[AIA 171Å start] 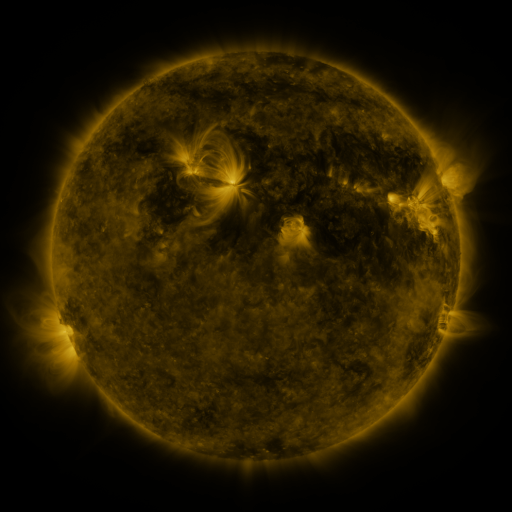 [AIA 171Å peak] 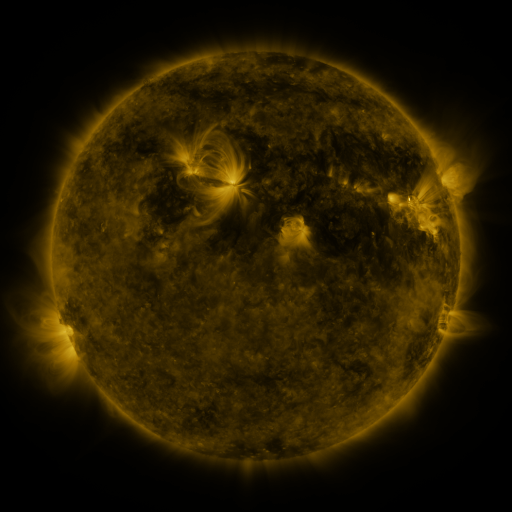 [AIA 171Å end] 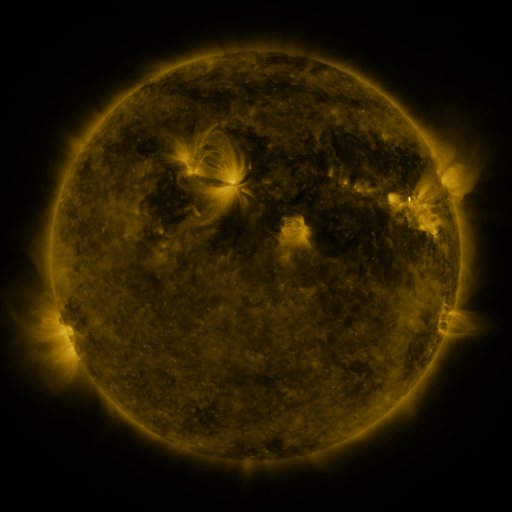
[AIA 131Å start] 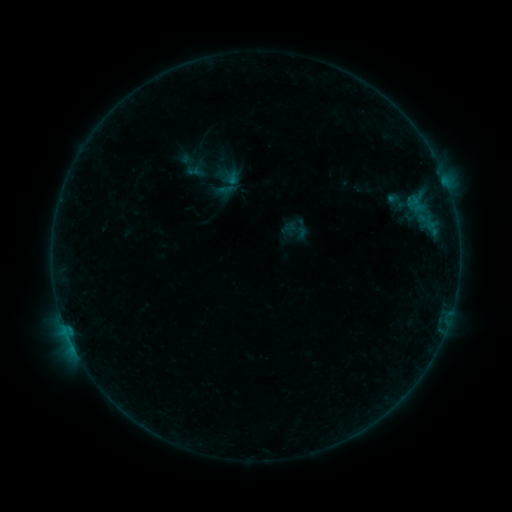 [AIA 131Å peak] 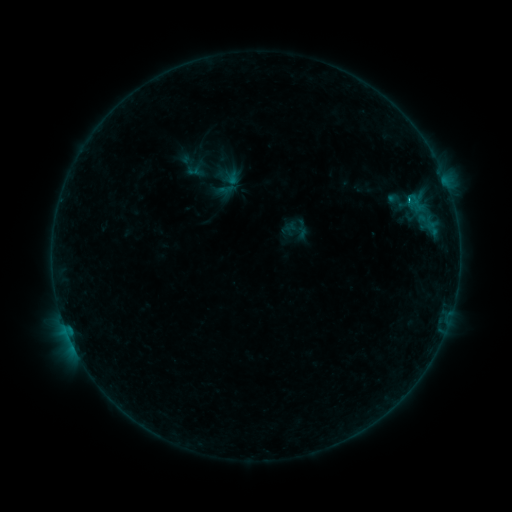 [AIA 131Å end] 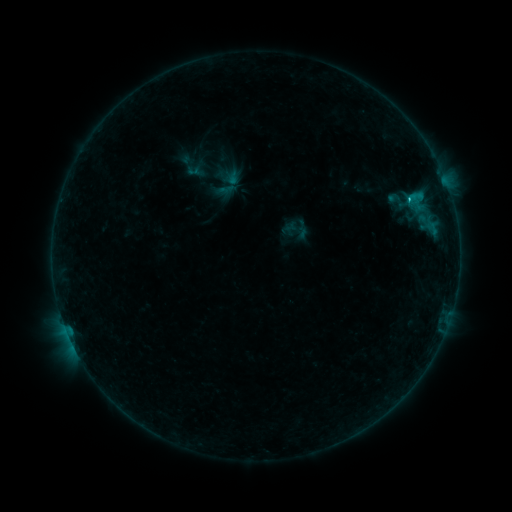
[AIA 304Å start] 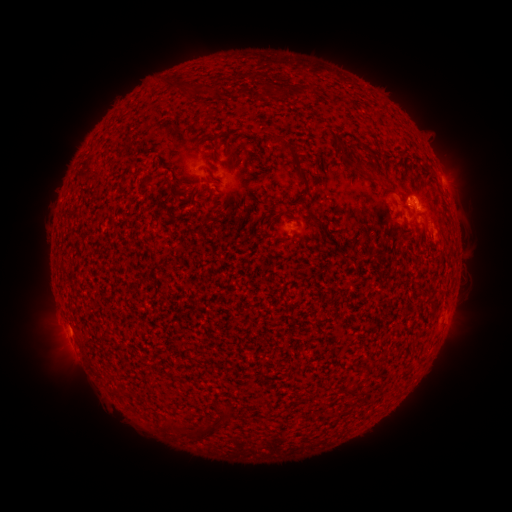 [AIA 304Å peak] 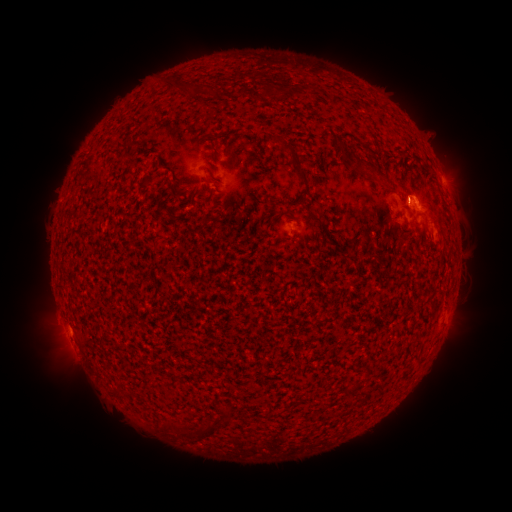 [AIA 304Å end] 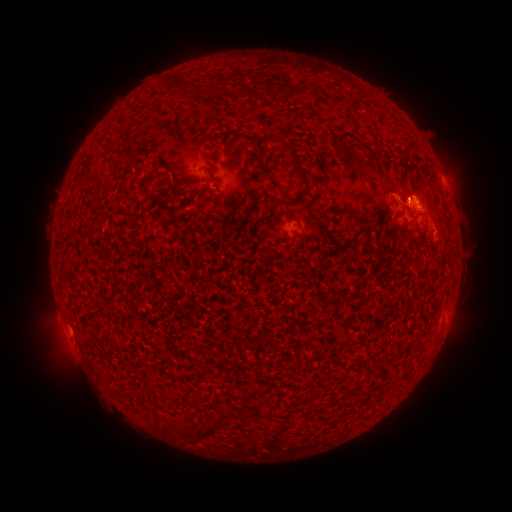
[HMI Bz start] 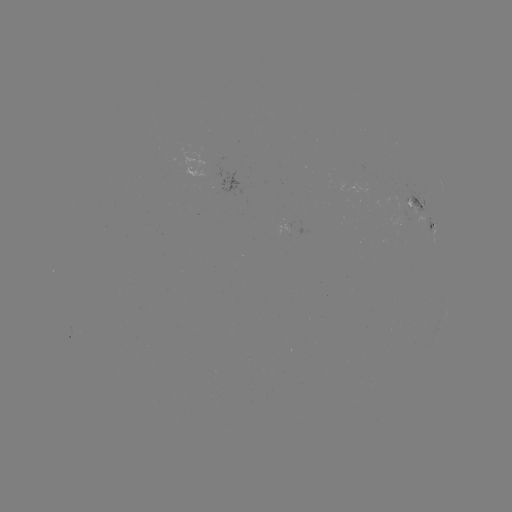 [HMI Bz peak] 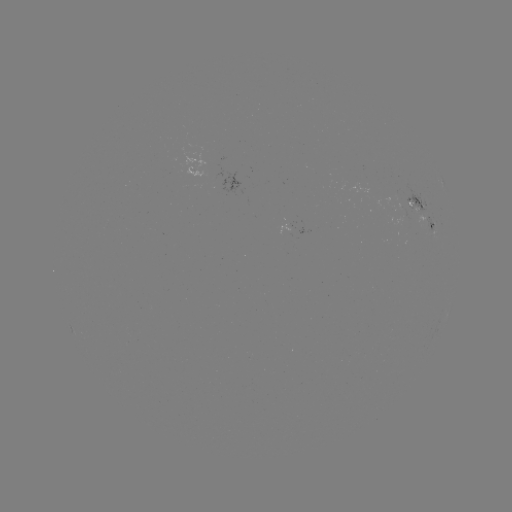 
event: flare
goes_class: C1.6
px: (407, 203)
